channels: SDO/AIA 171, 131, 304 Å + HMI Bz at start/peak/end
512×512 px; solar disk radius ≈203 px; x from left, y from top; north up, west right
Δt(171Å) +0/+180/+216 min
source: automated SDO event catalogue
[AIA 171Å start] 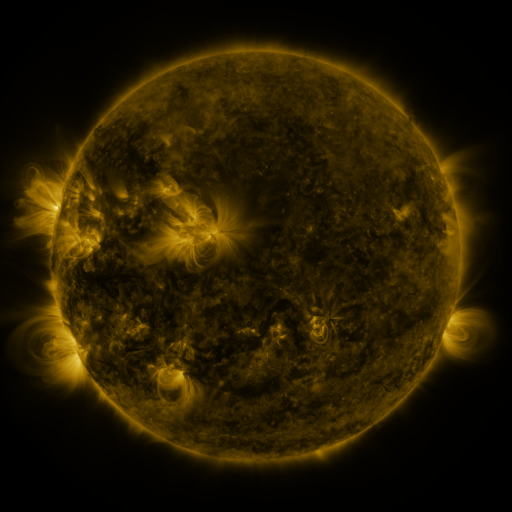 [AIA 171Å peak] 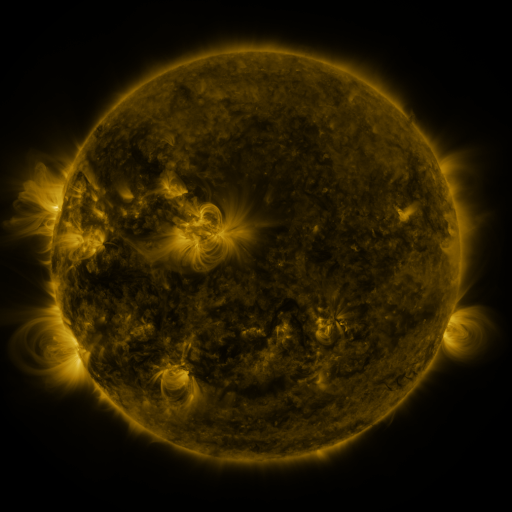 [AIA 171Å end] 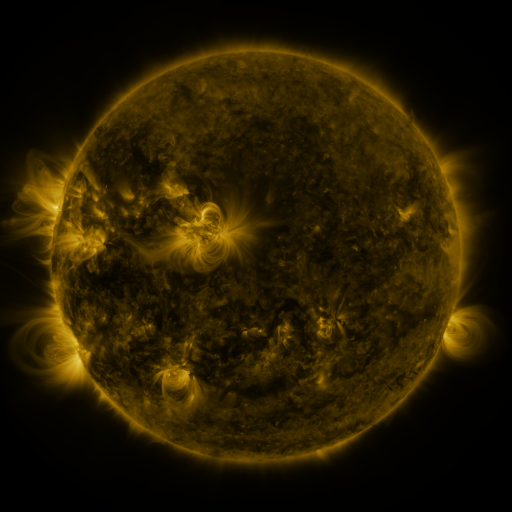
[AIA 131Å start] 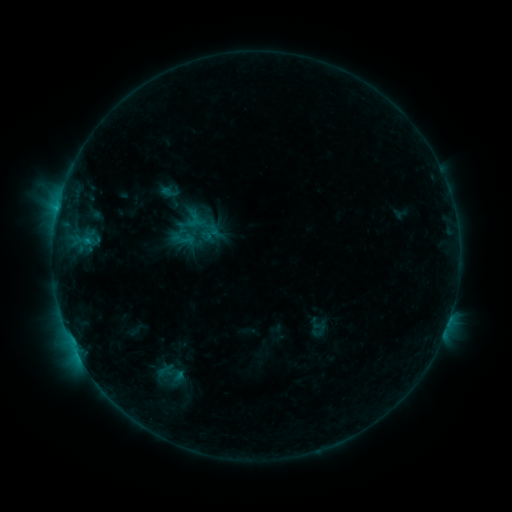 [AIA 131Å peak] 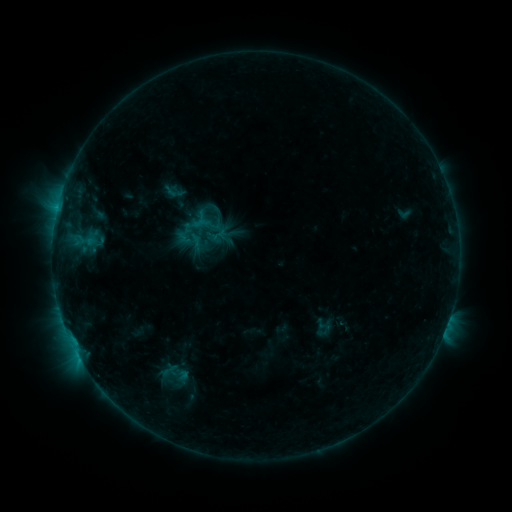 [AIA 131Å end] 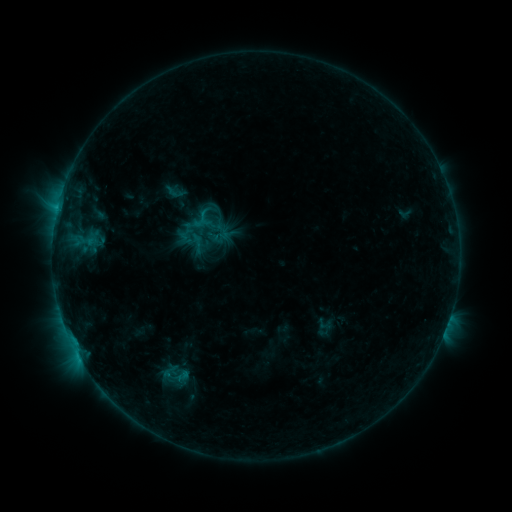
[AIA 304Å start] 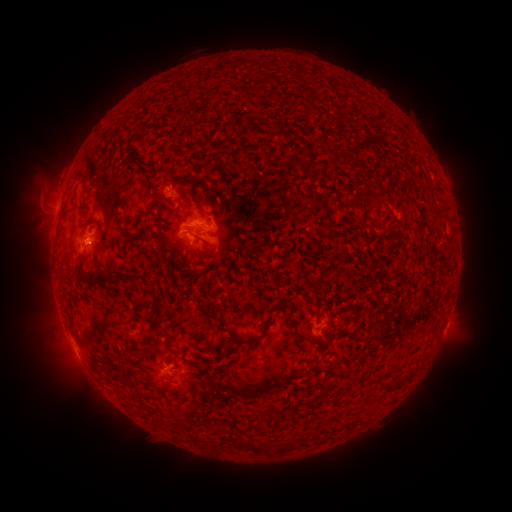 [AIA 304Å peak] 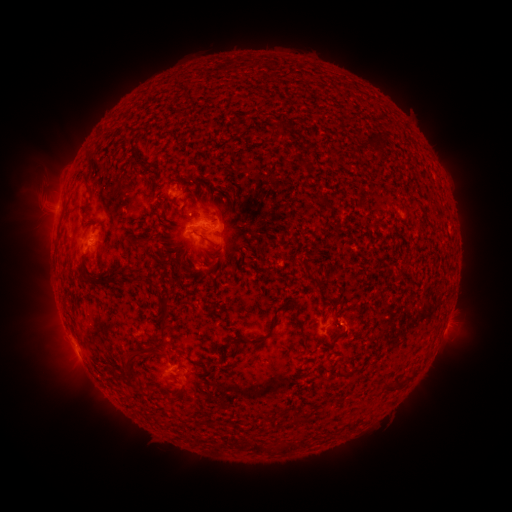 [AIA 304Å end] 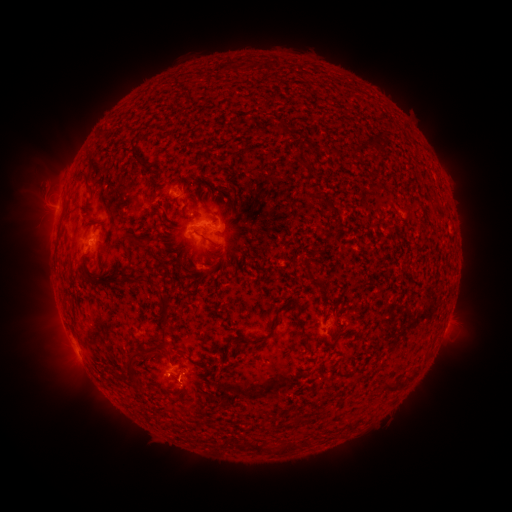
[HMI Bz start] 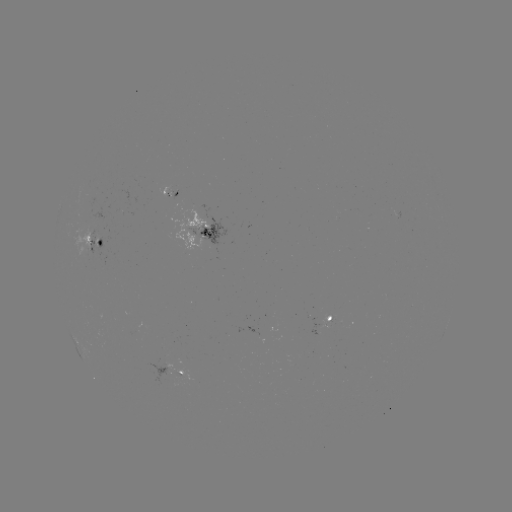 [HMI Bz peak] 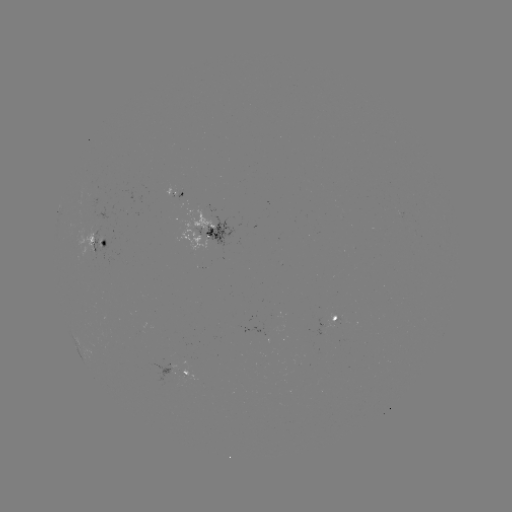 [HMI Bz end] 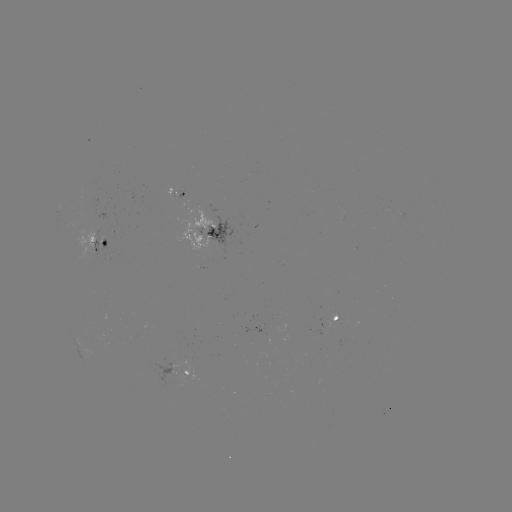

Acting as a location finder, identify emerging-flux region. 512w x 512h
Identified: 204,268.